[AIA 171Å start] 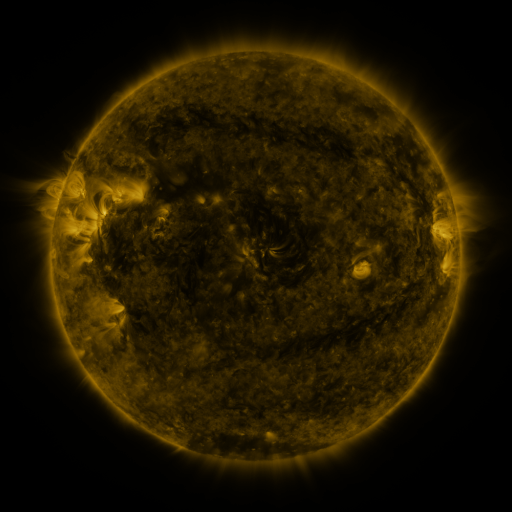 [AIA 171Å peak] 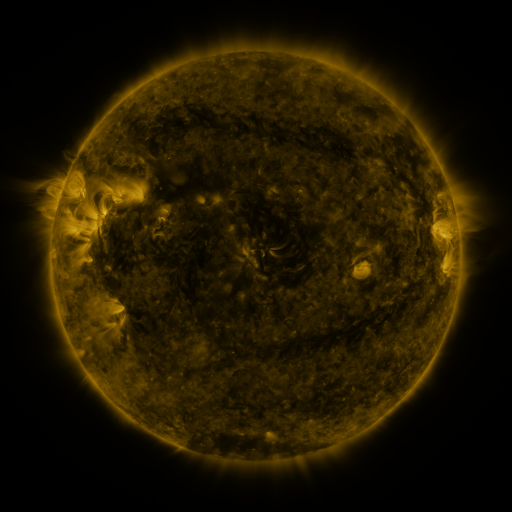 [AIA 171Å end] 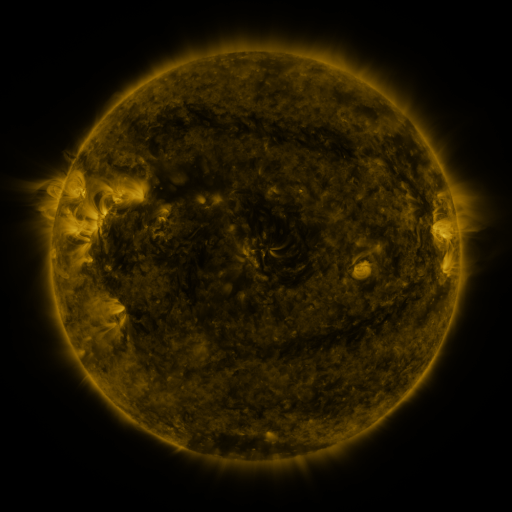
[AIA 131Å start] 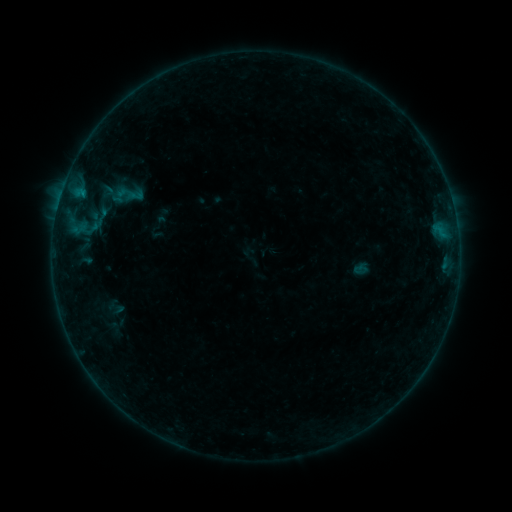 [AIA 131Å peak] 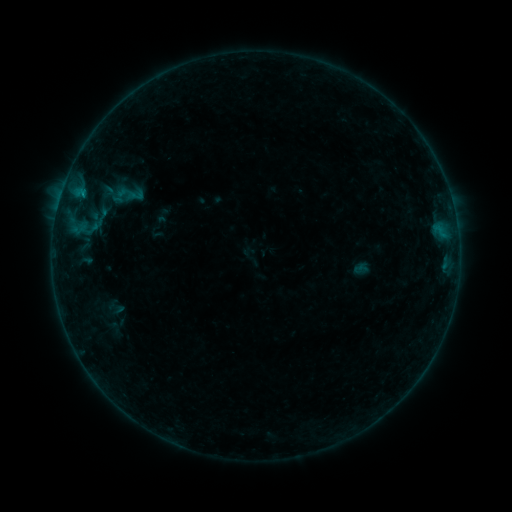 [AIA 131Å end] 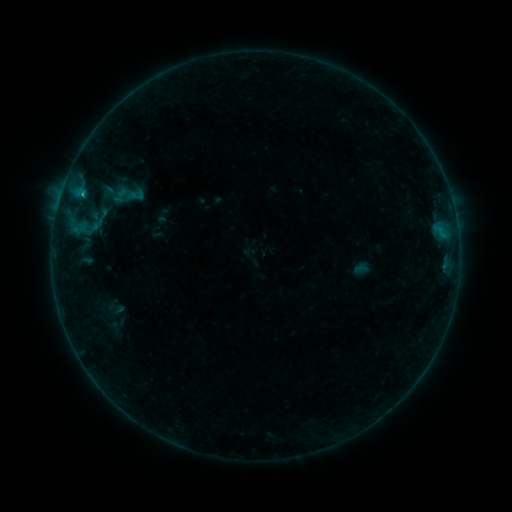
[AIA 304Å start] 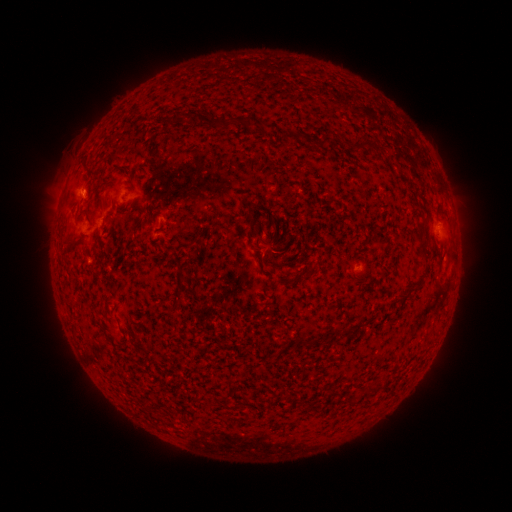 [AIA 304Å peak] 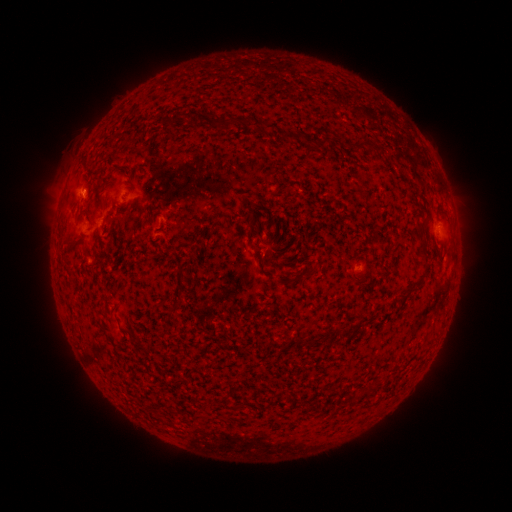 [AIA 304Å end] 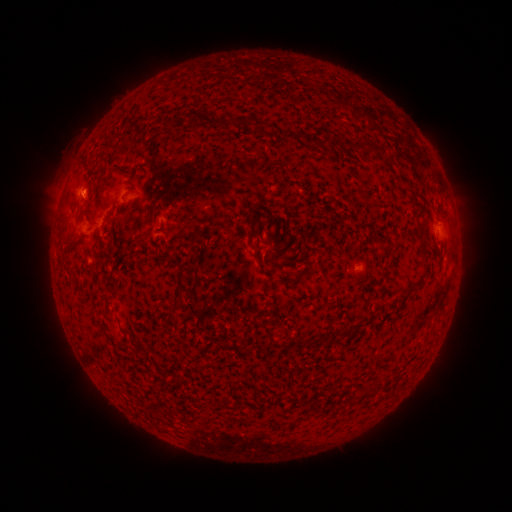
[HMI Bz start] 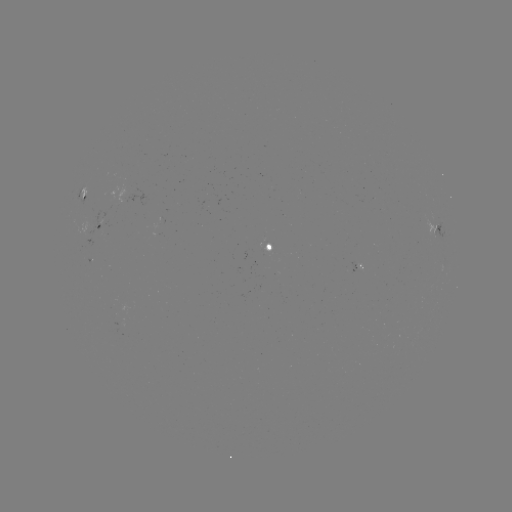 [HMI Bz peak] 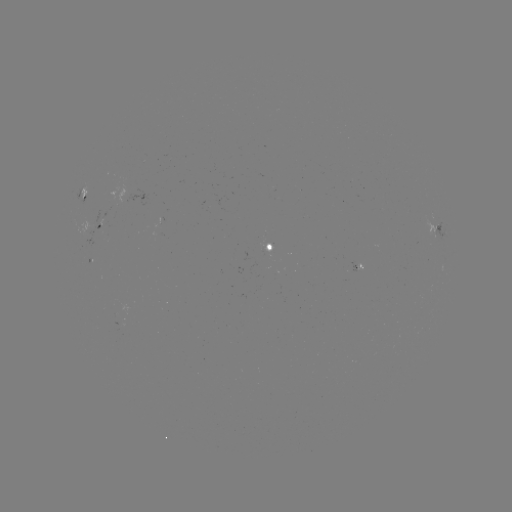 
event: flare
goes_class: B7.6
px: (82, 196)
